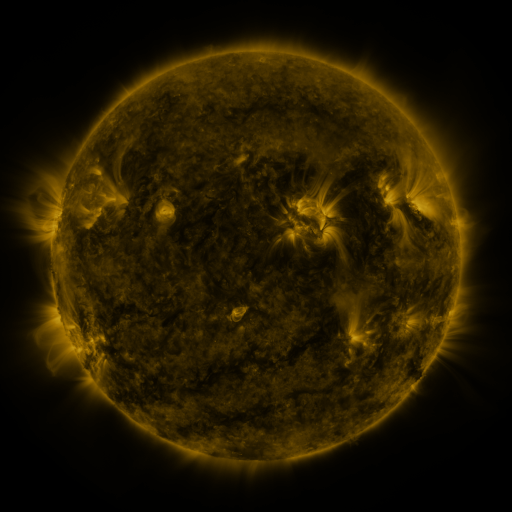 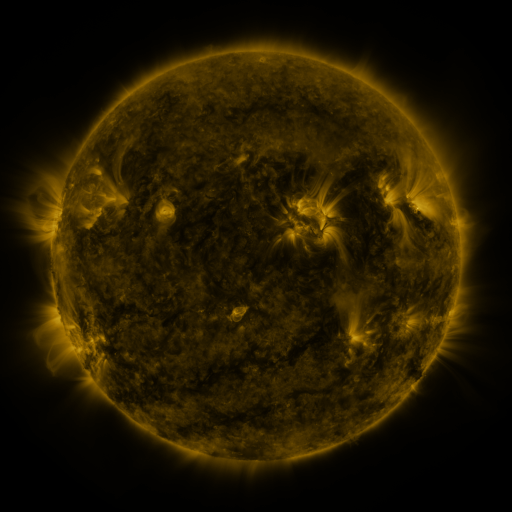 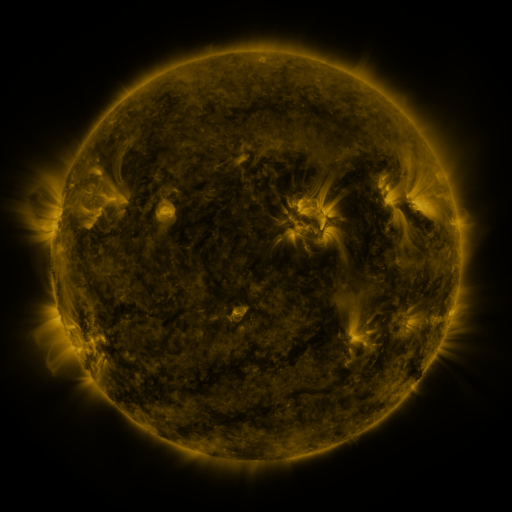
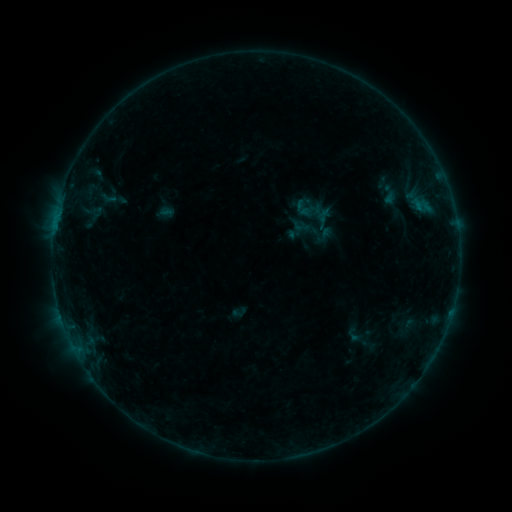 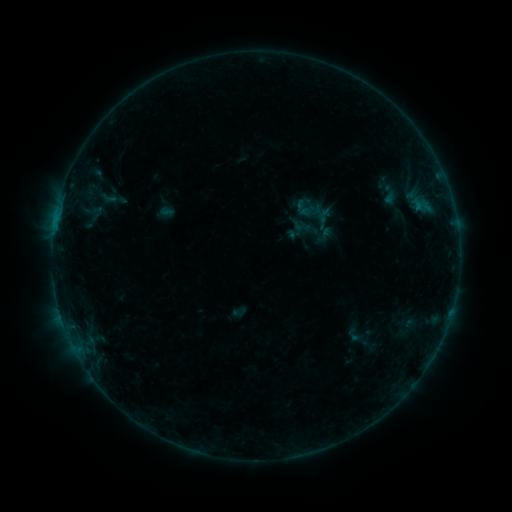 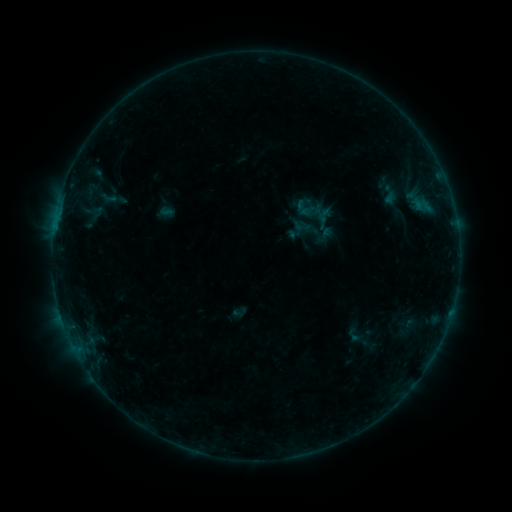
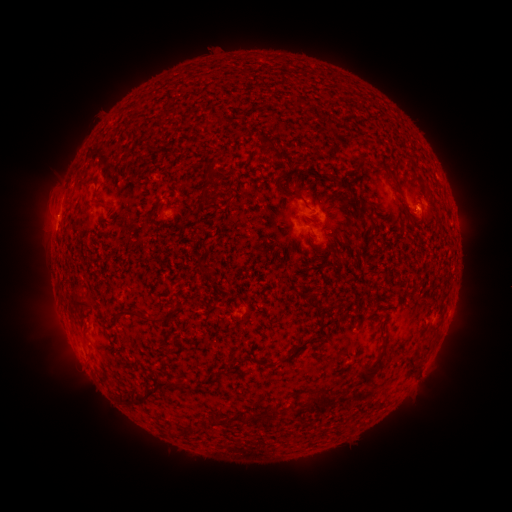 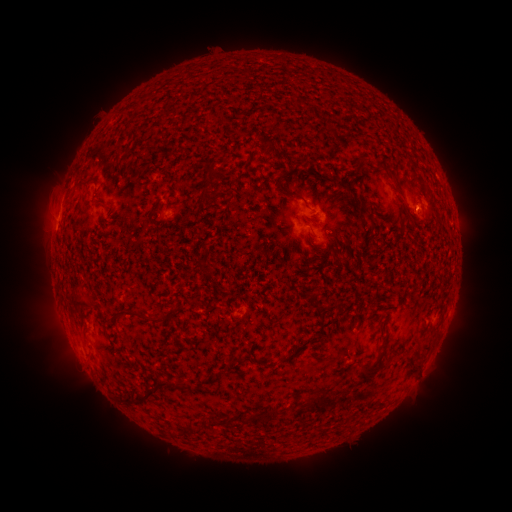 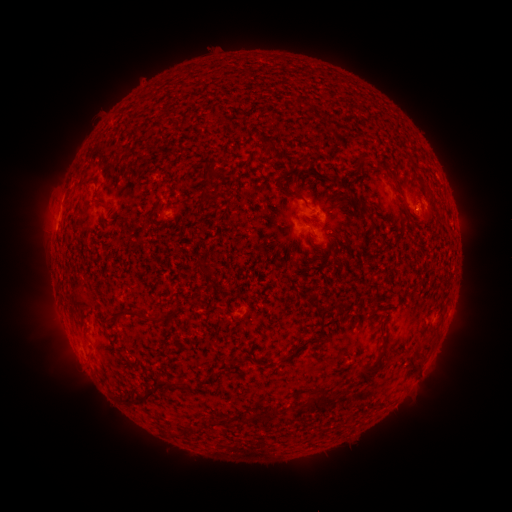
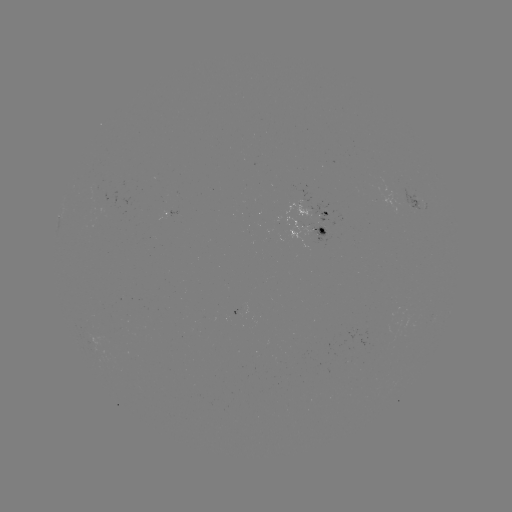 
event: flare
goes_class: B2.6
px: (55, 220)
